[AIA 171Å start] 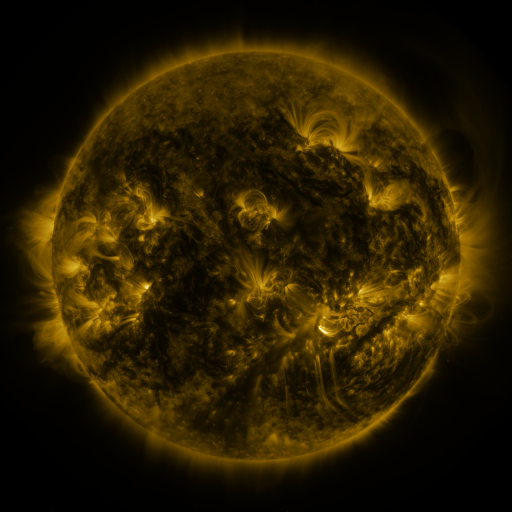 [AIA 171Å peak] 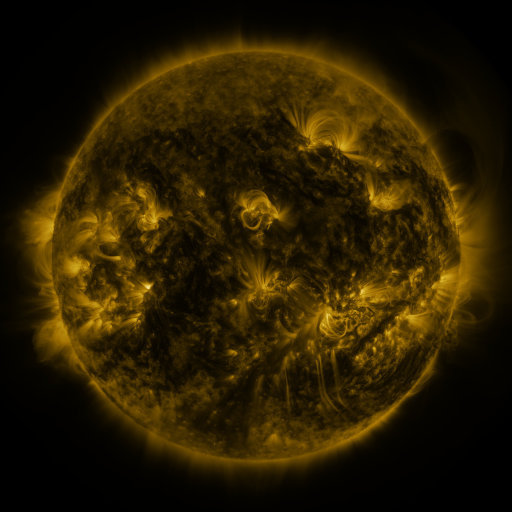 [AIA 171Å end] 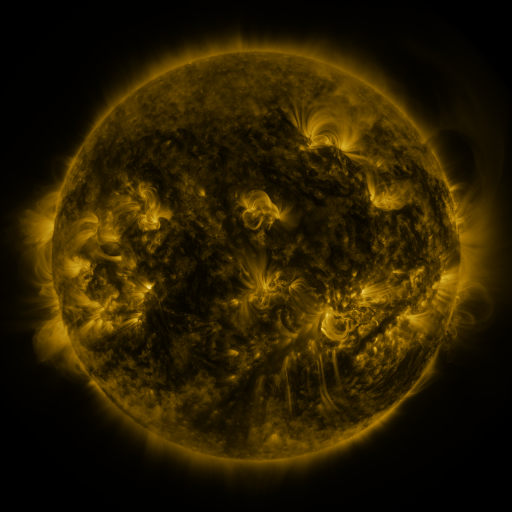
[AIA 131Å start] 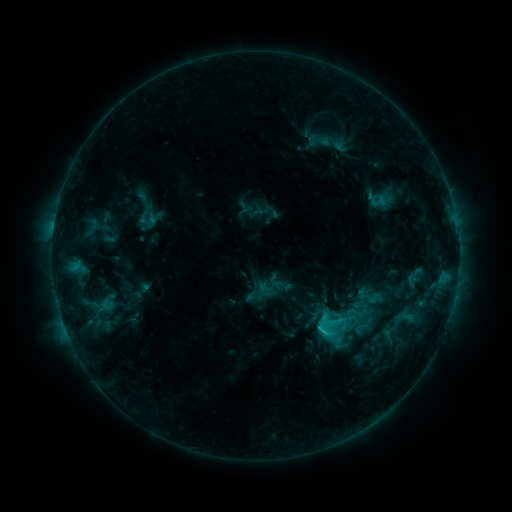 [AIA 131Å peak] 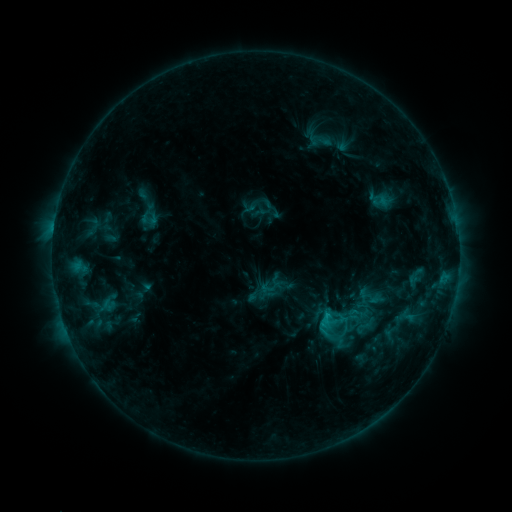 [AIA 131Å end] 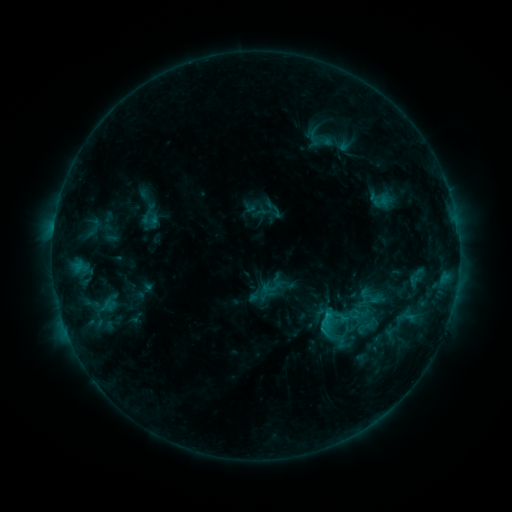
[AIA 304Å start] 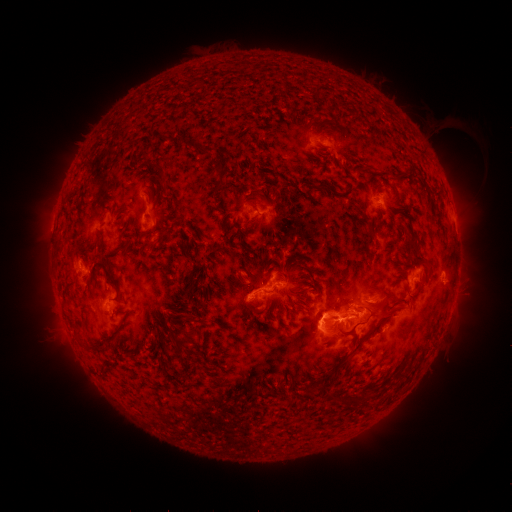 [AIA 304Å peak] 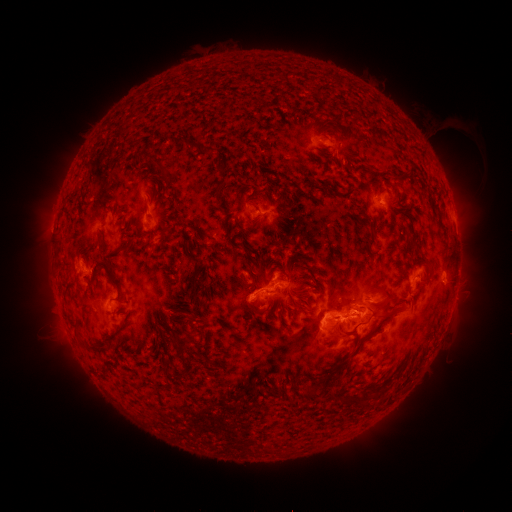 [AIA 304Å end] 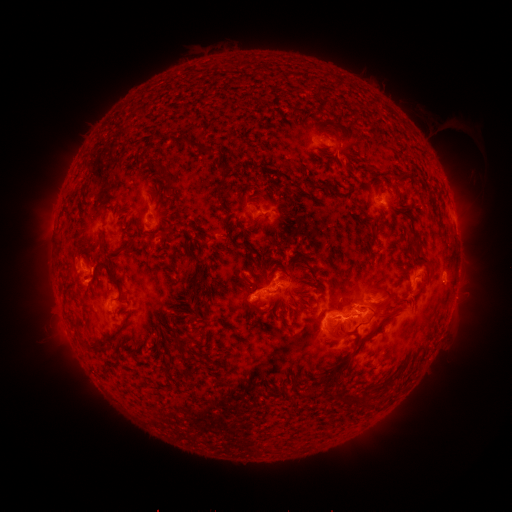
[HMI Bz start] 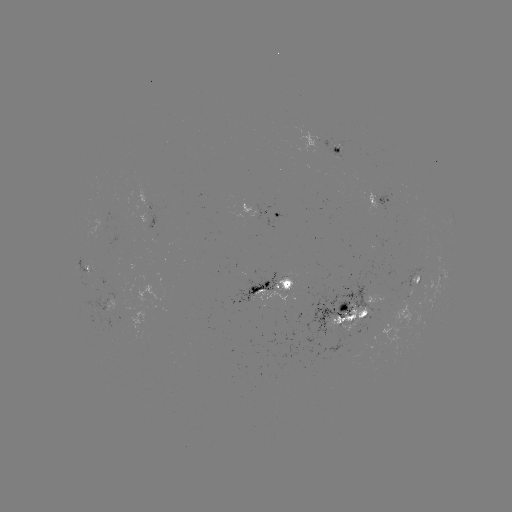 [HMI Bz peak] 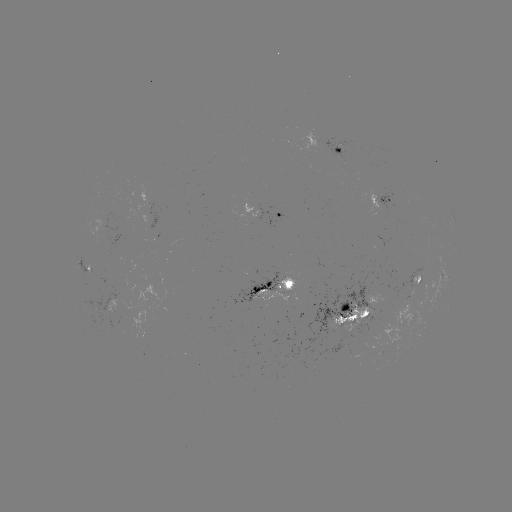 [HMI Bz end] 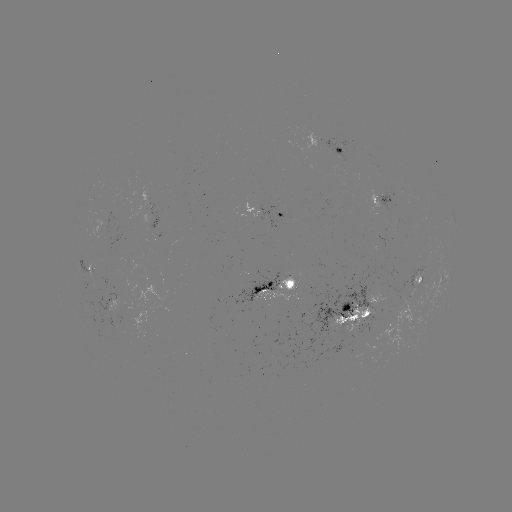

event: emerging-flux region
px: (123, 306)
